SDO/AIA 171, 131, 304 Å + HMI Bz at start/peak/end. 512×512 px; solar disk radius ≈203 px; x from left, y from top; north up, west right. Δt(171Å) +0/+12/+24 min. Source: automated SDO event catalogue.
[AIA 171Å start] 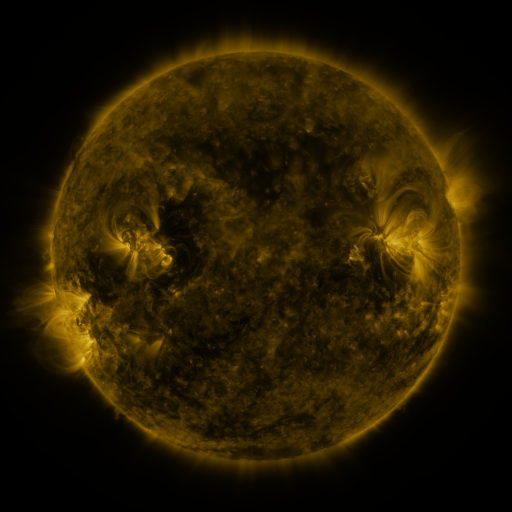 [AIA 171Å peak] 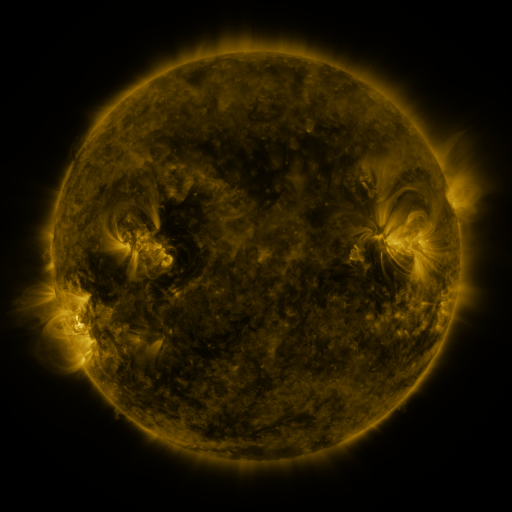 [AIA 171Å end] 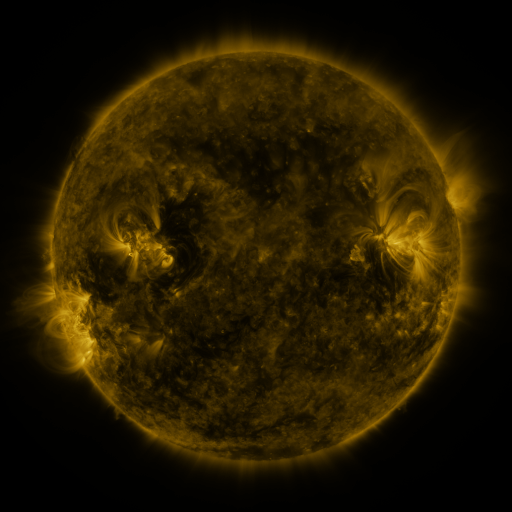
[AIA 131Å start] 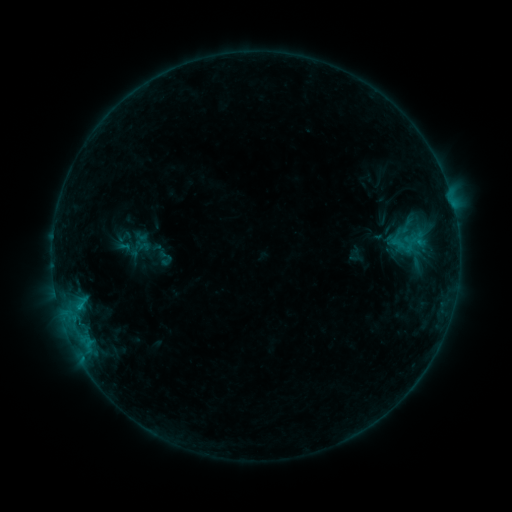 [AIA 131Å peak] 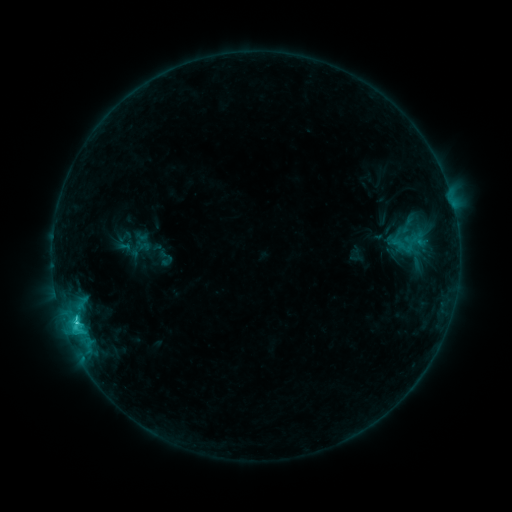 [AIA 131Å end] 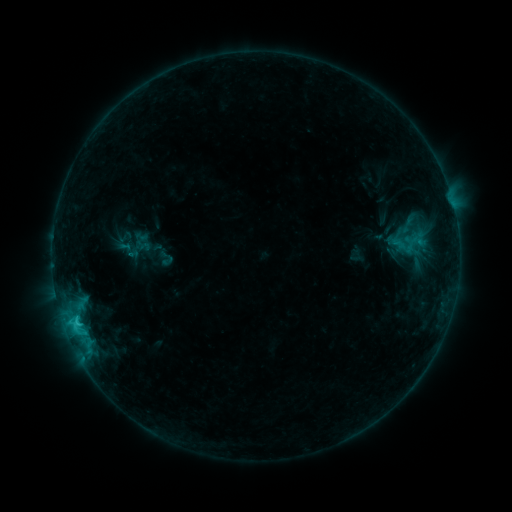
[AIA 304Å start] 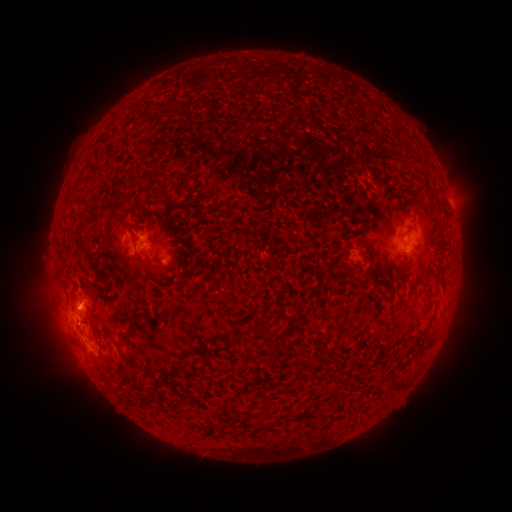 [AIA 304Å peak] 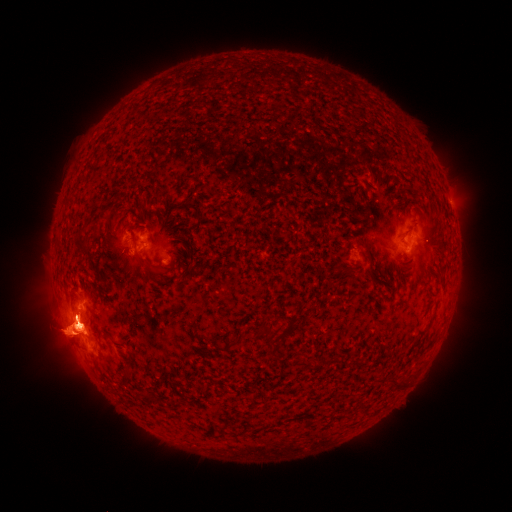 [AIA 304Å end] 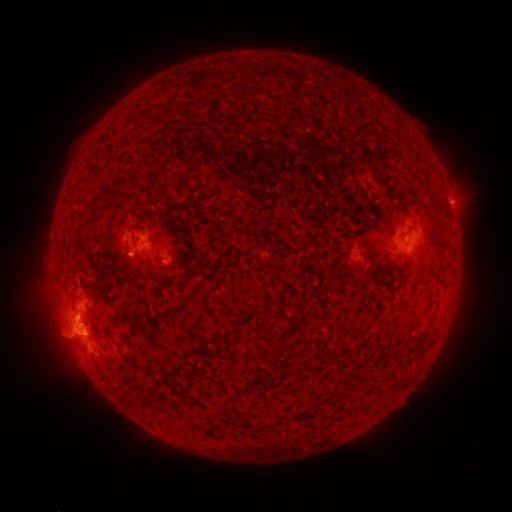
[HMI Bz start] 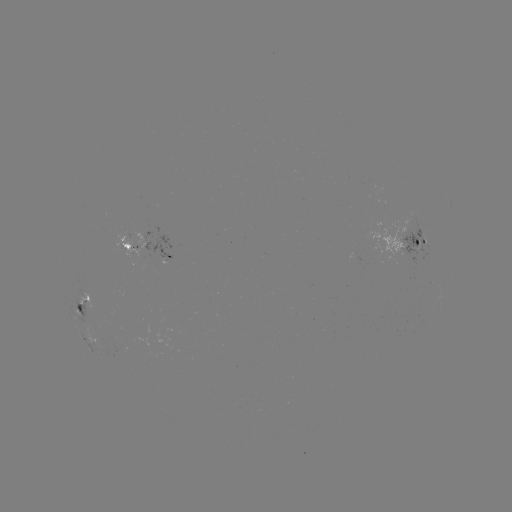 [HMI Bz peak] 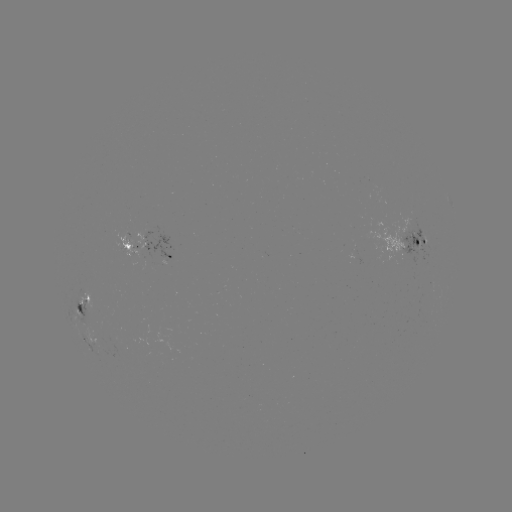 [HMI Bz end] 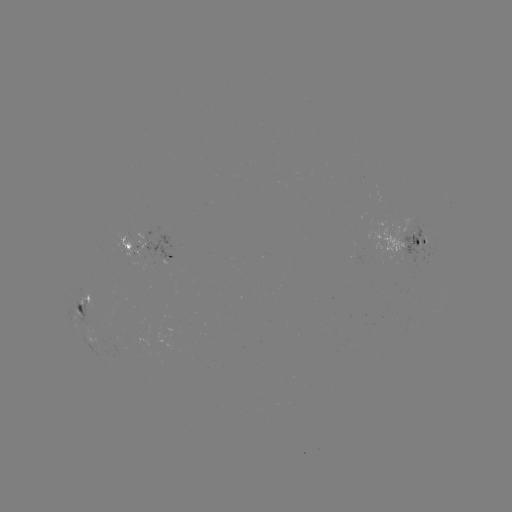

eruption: <bbox>4, 249, 125, 402</bbox>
